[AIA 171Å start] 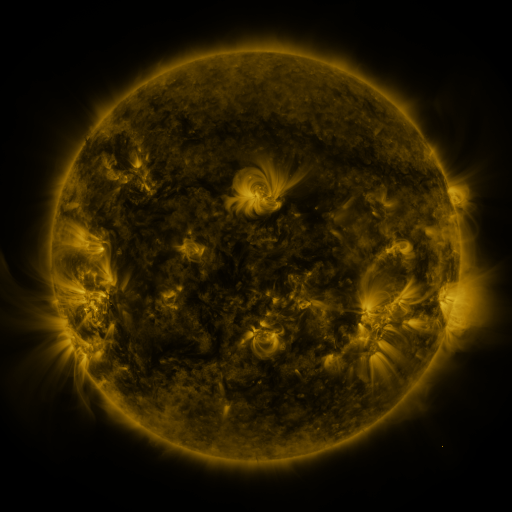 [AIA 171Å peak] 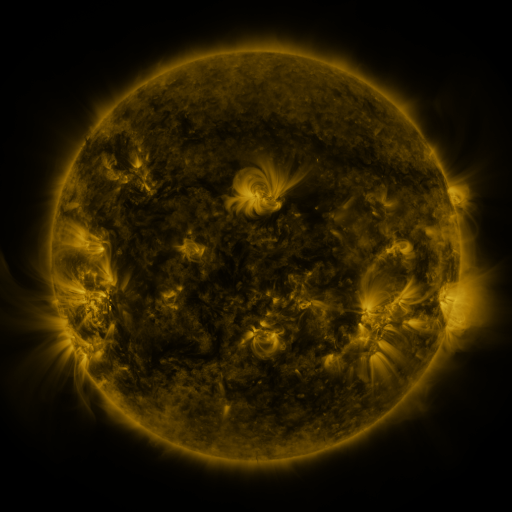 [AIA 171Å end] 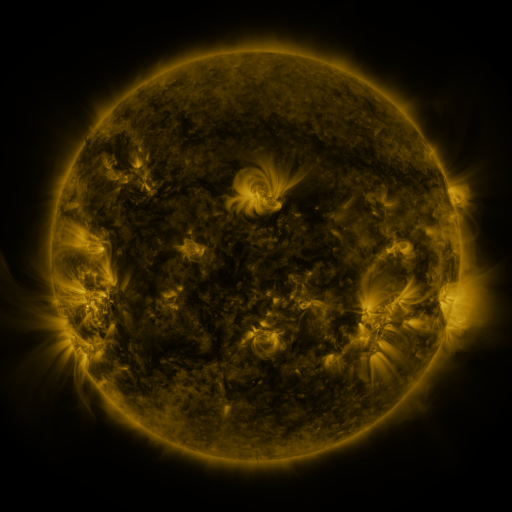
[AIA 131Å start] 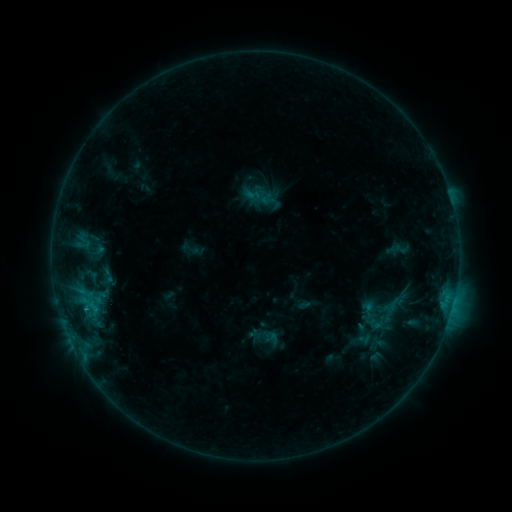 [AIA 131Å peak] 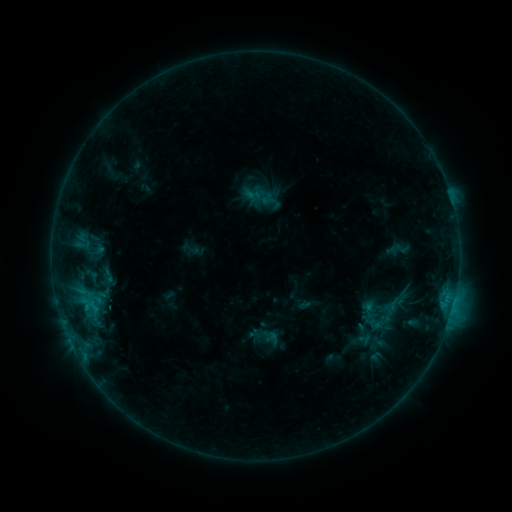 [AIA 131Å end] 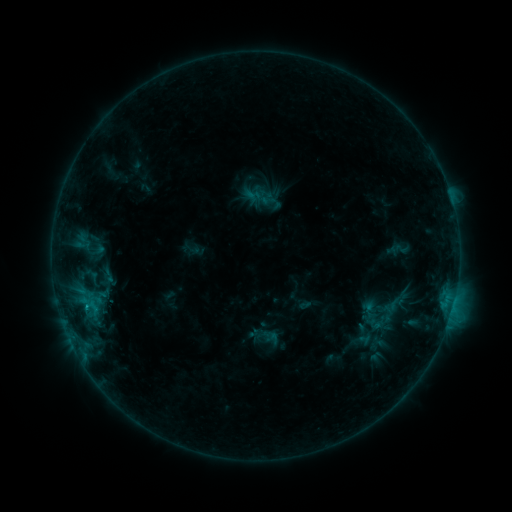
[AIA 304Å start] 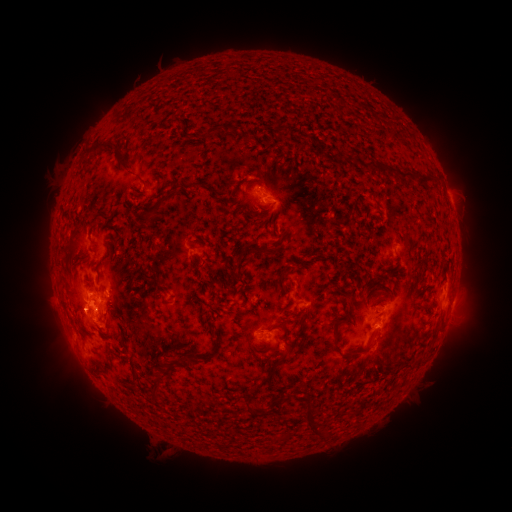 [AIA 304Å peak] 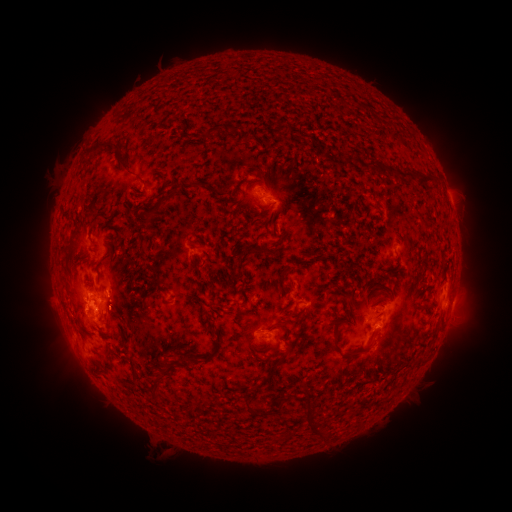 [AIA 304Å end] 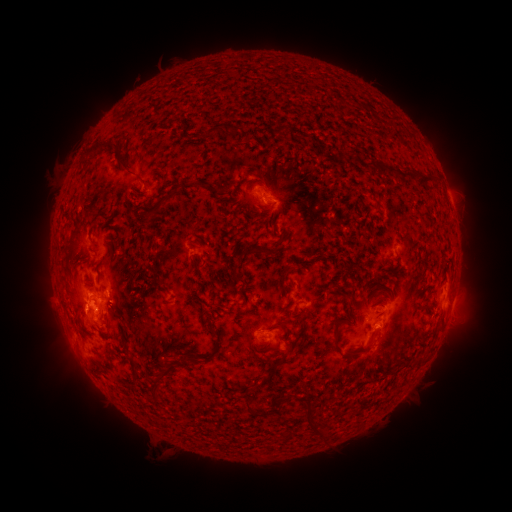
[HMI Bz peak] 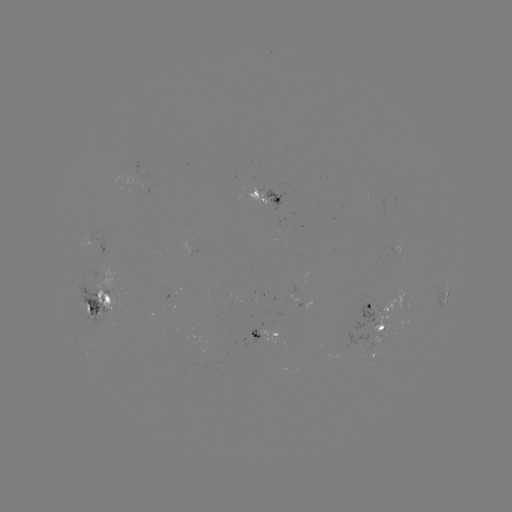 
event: flare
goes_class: C1.1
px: (87, 305)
